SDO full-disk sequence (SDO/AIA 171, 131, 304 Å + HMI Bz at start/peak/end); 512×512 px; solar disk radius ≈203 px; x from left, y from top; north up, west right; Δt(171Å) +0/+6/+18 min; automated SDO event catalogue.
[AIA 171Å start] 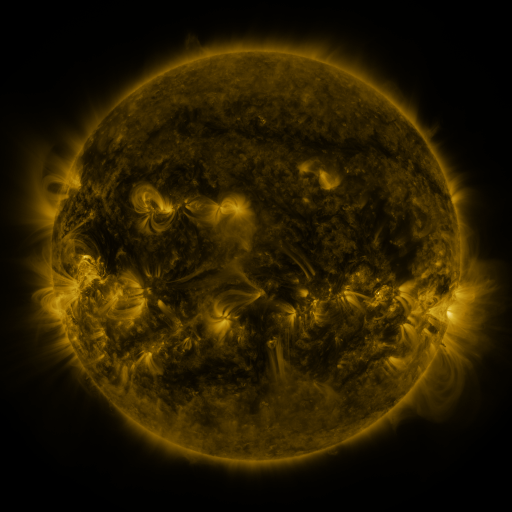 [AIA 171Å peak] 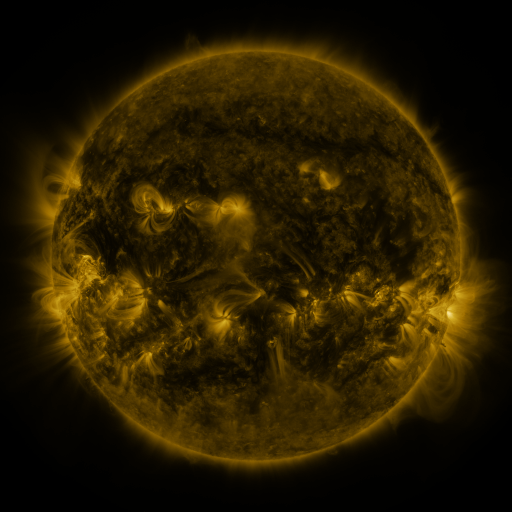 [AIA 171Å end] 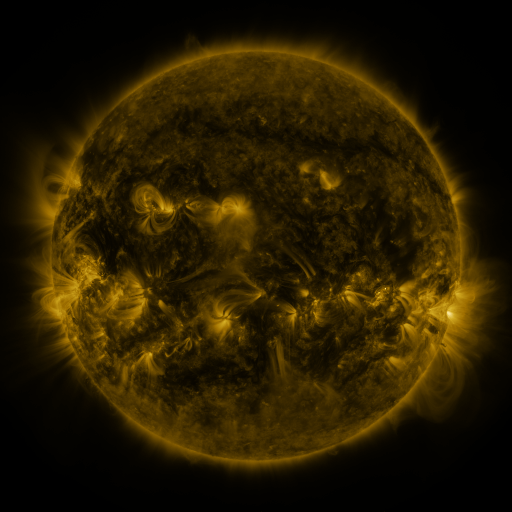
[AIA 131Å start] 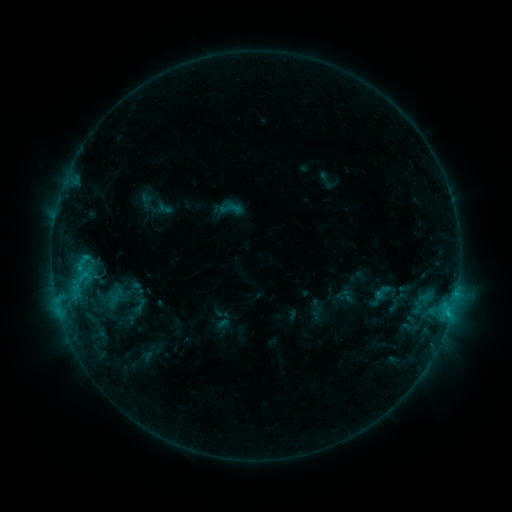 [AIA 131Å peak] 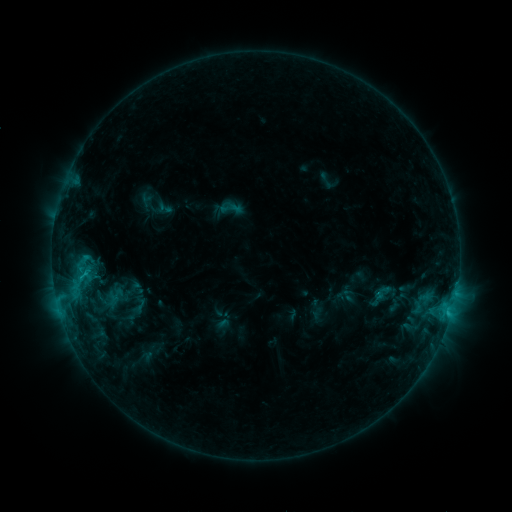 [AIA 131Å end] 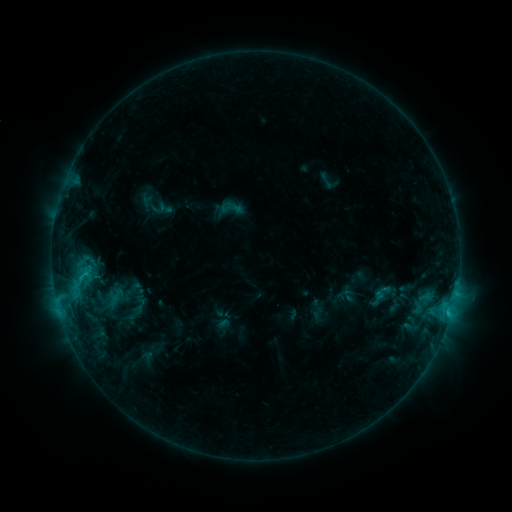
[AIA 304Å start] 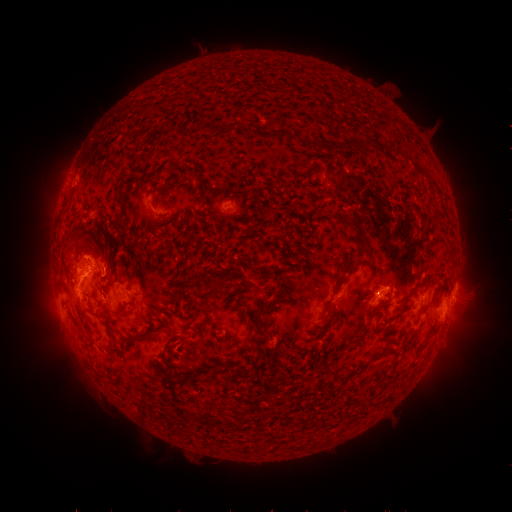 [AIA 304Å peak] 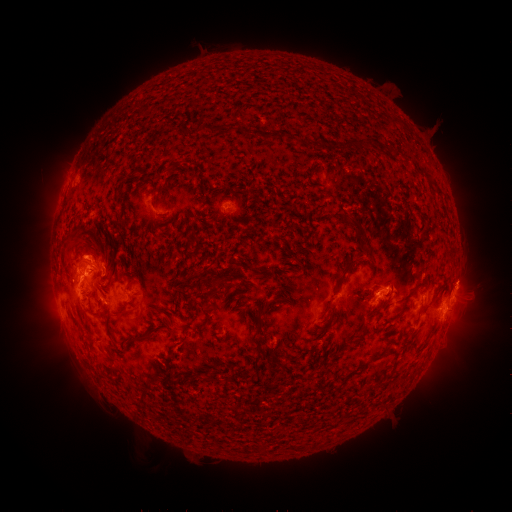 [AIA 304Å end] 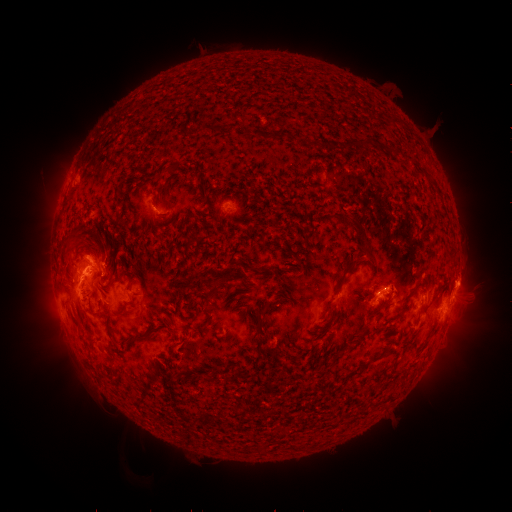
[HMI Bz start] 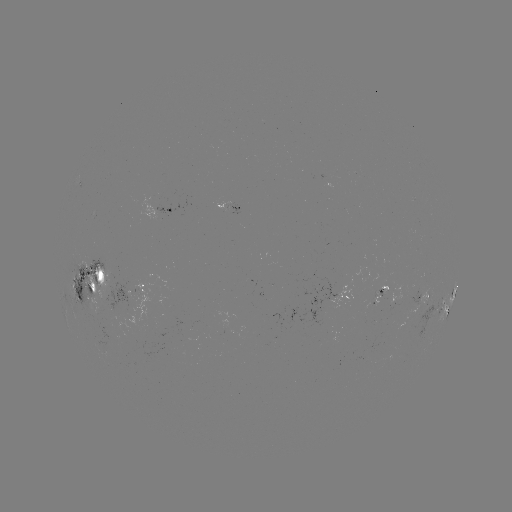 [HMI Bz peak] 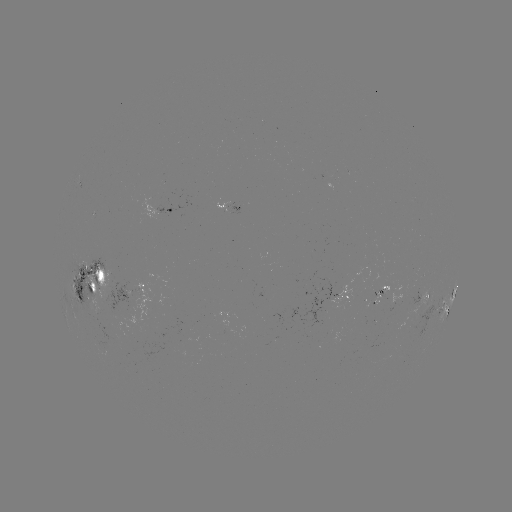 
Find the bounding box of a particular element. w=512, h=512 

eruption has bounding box [75, 234, 102, 266].